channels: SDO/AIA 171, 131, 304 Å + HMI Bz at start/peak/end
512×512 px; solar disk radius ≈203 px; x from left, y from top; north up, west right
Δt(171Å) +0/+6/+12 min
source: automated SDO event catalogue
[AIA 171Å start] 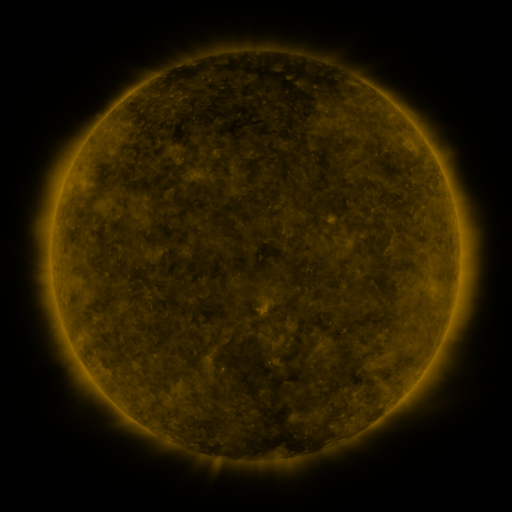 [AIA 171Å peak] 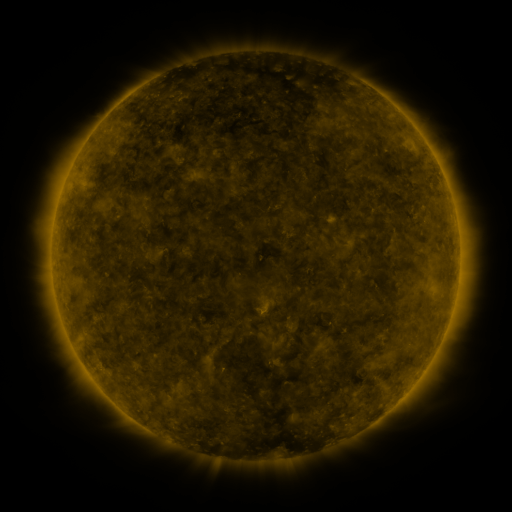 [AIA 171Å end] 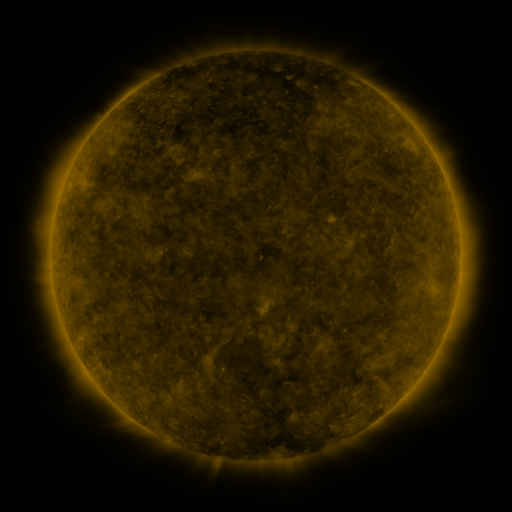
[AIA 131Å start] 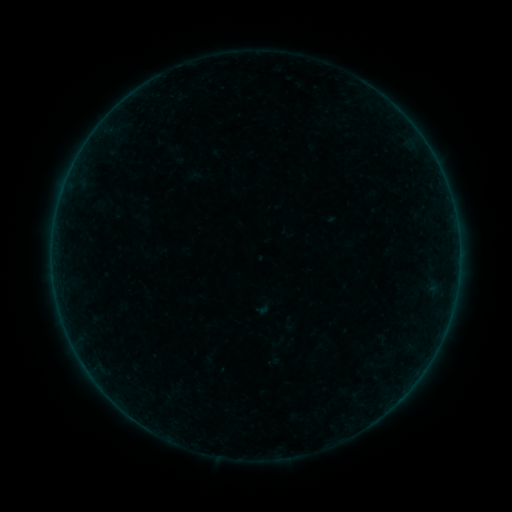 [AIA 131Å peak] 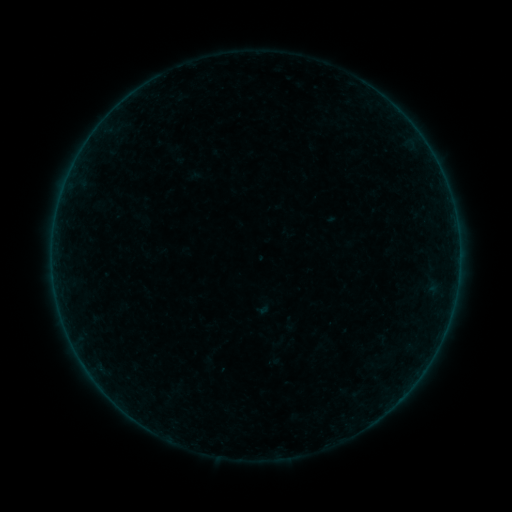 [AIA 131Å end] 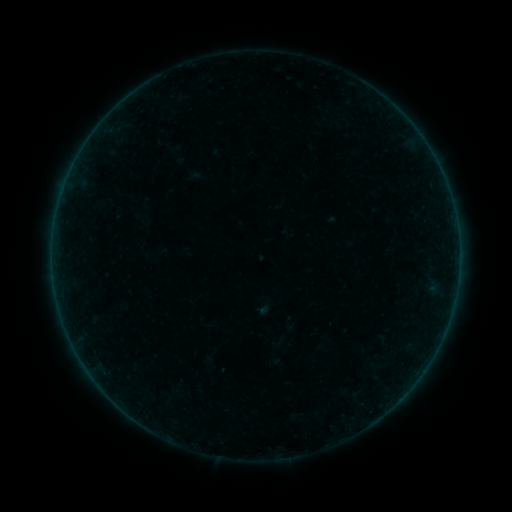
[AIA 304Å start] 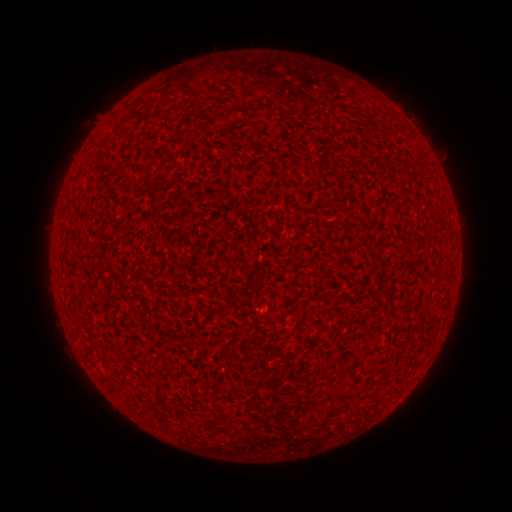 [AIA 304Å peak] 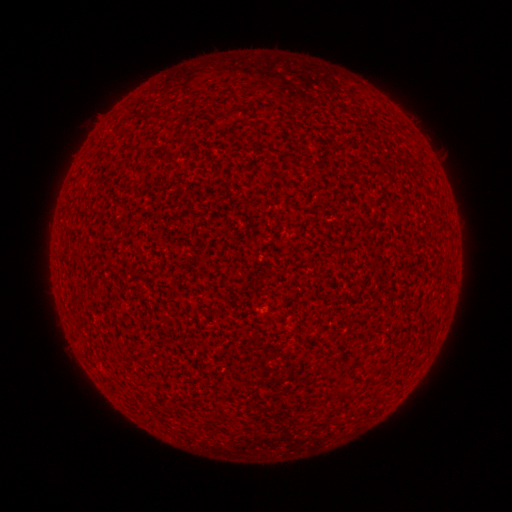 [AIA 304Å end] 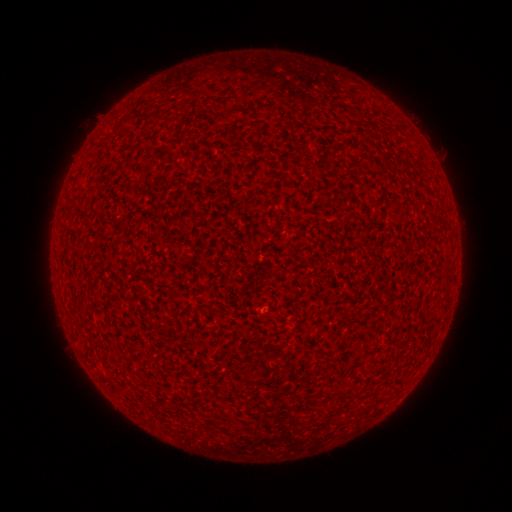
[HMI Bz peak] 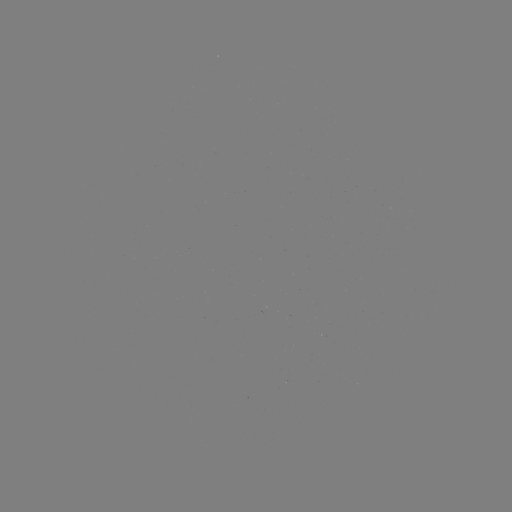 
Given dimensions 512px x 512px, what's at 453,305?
A1.1 flare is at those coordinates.